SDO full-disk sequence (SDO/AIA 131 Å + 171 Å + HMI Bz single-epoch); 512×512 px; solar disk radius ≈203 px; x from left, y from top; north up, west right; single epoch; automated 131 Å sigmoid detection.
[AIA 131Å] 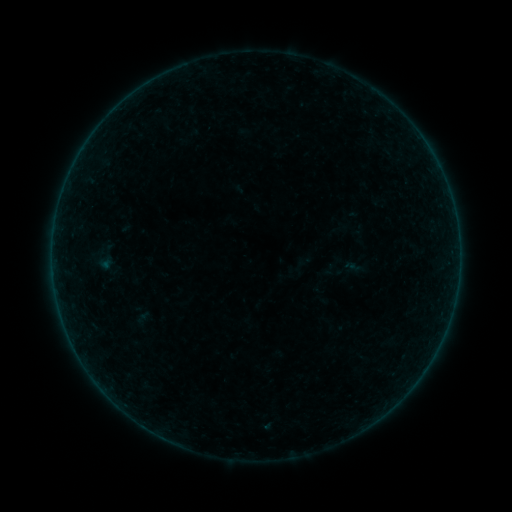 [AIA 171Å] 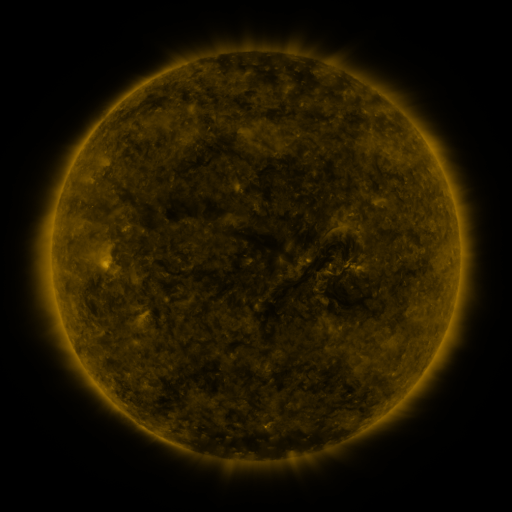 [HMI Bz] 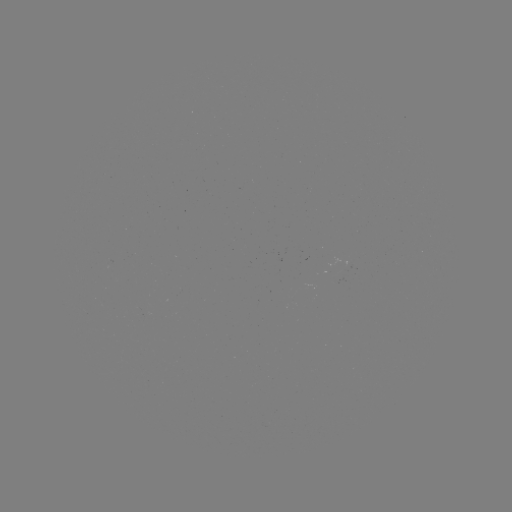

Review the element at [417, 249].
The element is sigmoid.